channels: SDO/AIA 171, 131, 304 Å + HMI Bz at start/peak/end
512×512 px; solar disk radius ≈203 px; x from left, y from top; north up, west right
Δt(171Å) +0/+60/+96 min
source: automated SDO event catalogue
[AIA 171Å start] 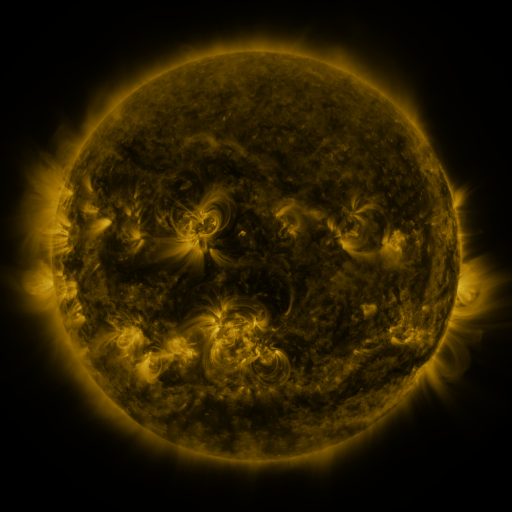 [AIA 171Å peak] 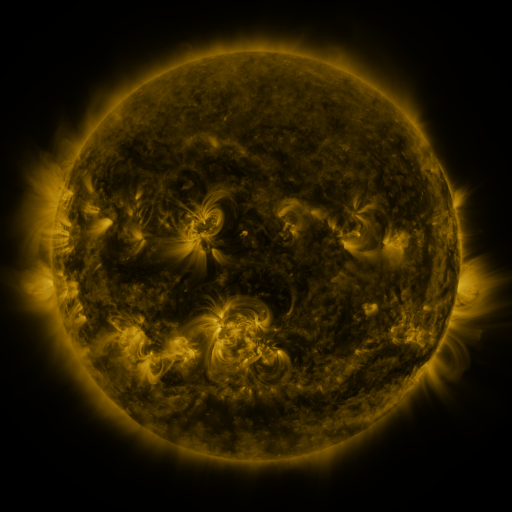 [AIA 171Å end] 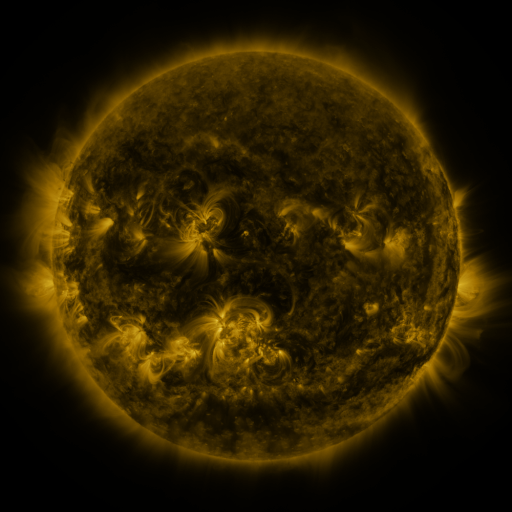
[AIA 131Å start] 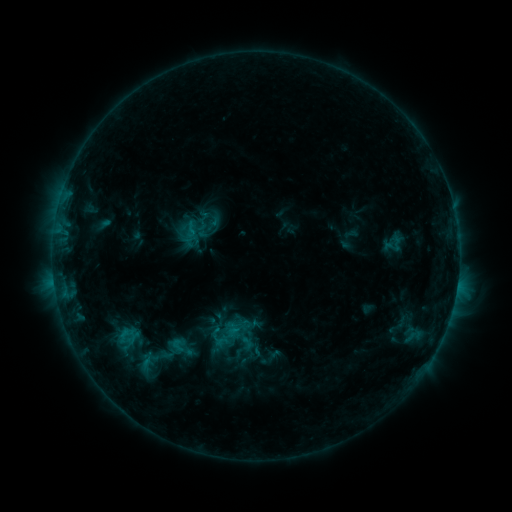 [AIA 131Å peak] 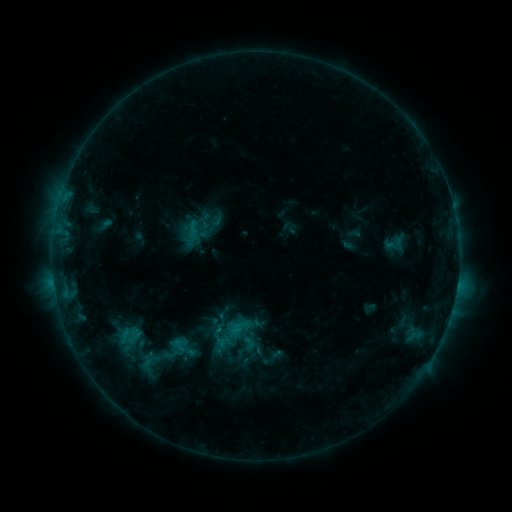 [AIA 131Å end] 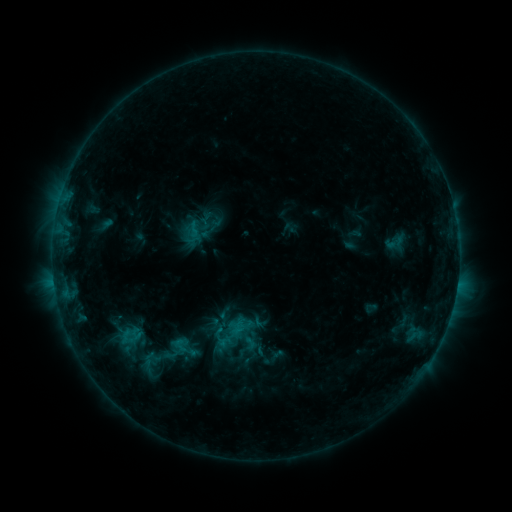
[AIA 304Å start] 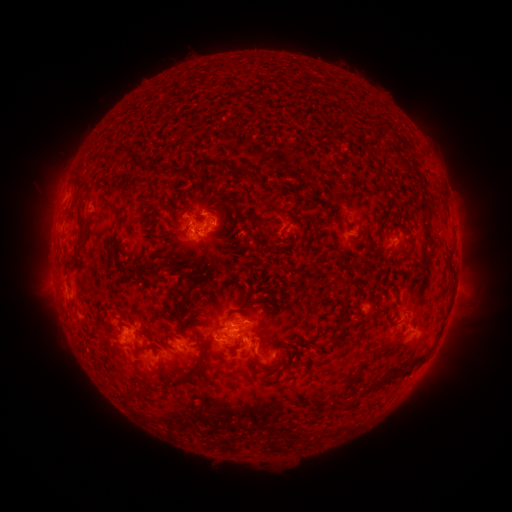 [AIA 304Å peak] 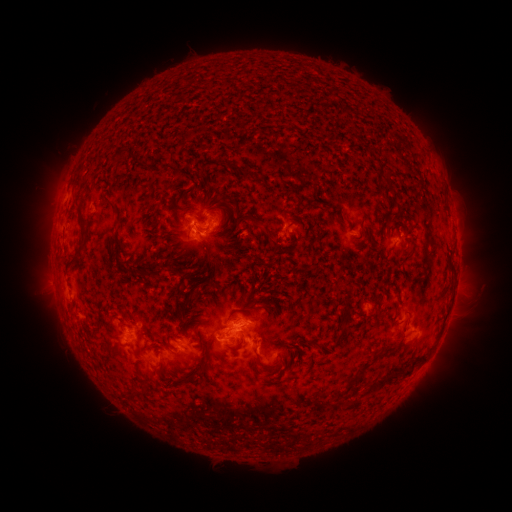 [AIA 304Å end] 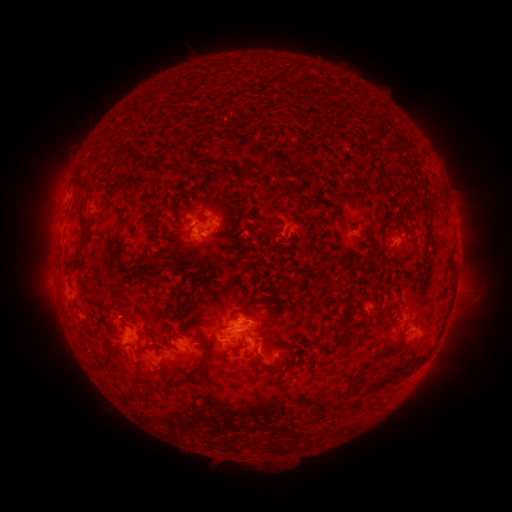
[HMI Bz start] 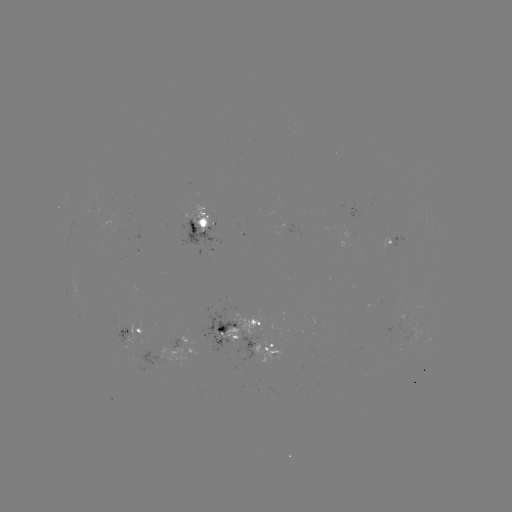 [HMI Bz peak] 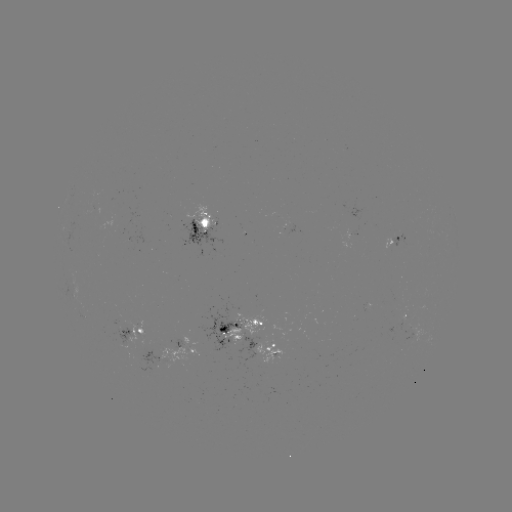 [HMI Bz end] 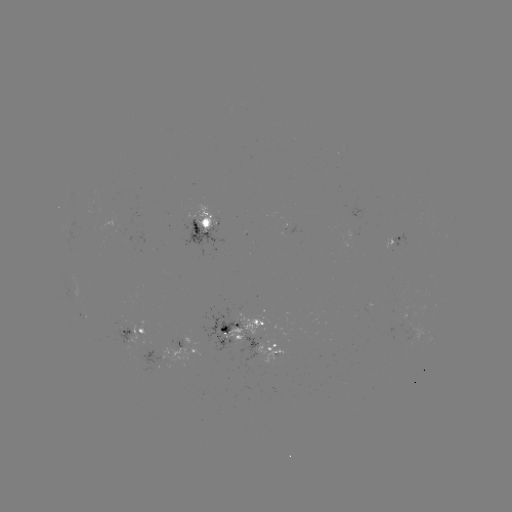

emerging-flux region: (398, 307, 406, 327)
